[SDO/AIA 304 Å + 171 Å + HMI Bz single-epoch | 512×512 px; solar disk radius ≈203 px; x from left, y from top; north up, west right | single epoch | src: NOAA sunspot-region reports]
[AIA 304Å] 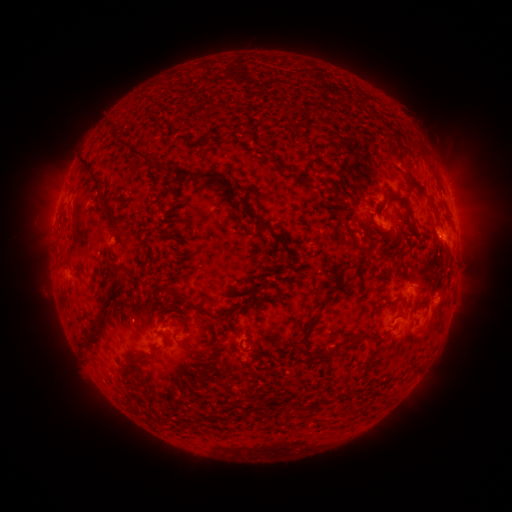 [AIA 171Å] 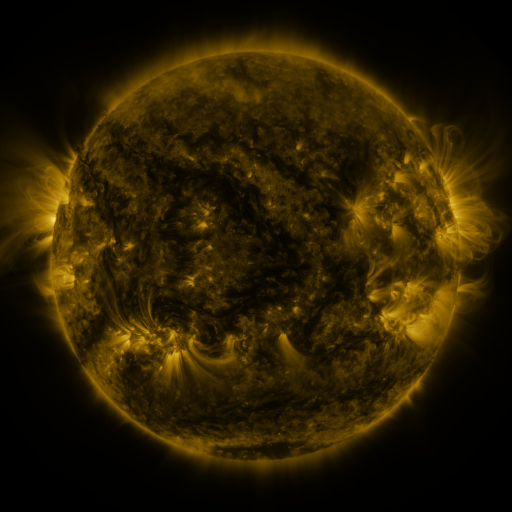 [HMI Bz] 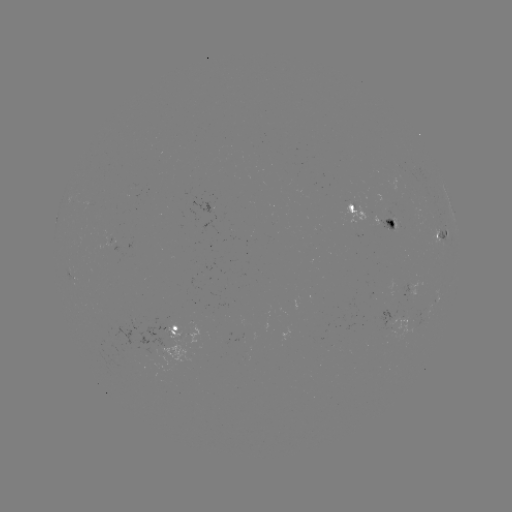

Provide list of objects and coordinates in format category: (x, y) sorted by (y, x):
spotted active region: (374, 214)
spotted active region: (442, 232)
spotted active region: (415, 285)
spotted active region: (456, 287)
spotted active region: (403, 320)
spotted active region: (180, 331)
